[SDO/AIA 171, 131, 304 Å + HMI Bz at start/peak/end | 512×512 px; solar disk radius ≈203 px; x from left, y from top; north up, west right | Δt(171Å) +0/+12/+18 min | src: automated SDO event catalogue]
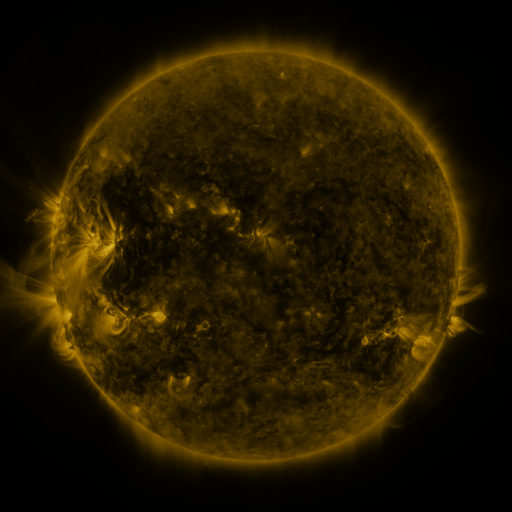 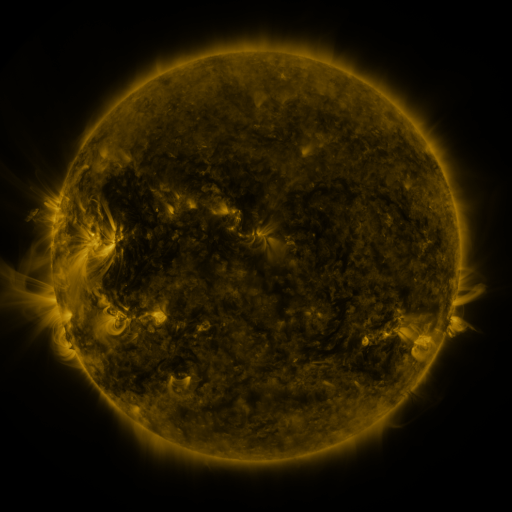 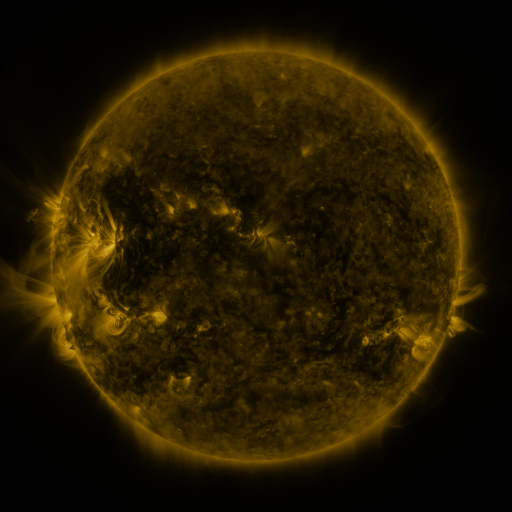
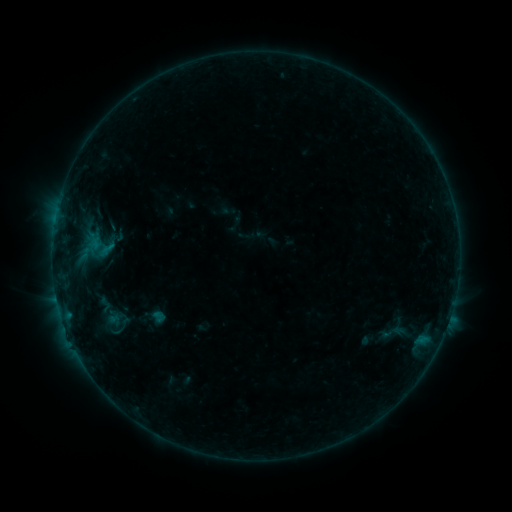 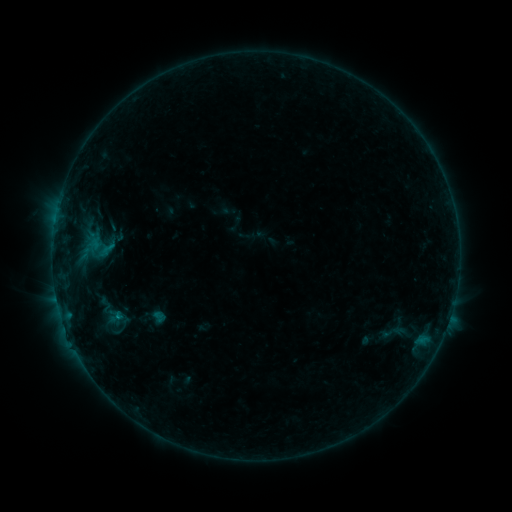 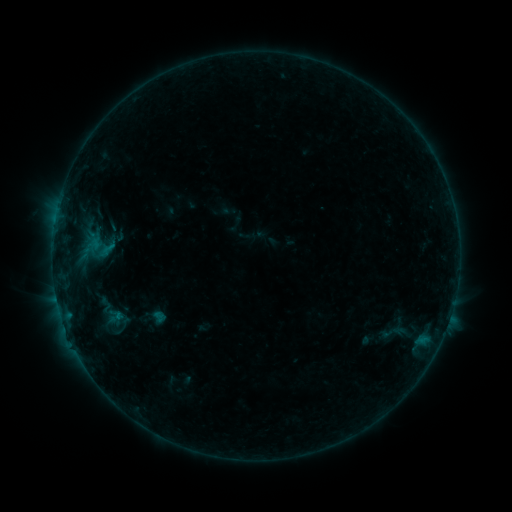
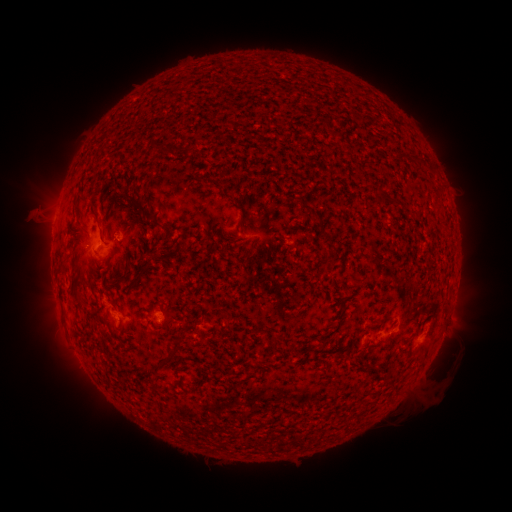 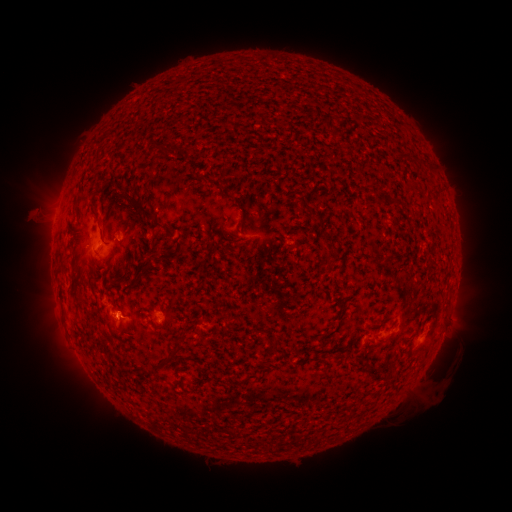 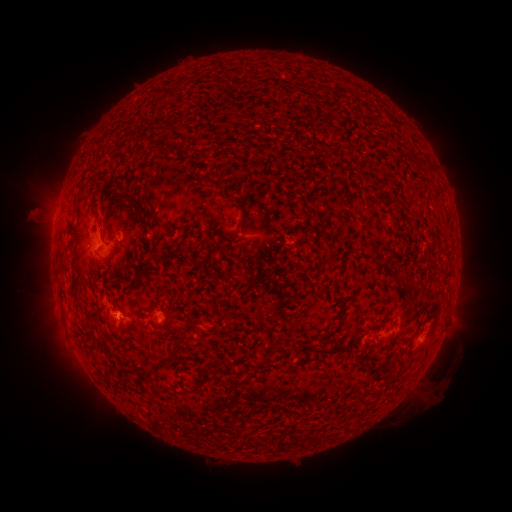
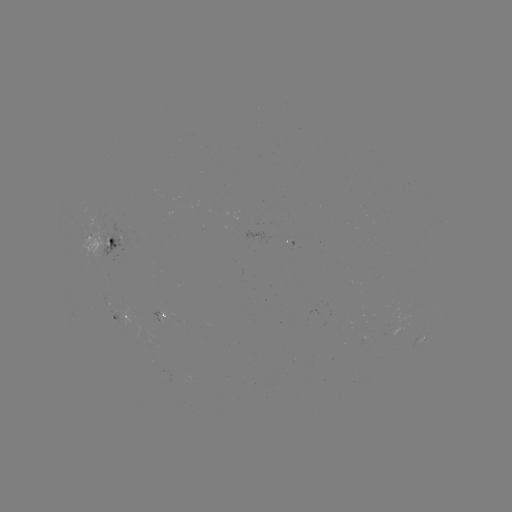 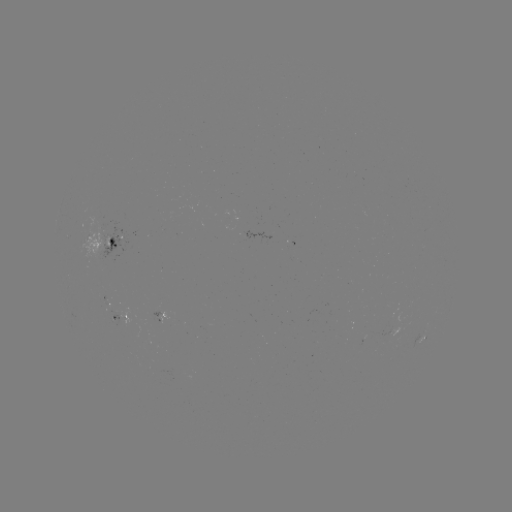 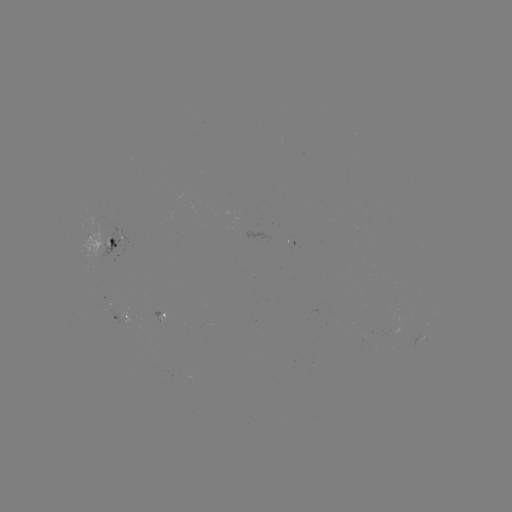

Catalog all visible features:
B3.9 flare: (120, 314)
